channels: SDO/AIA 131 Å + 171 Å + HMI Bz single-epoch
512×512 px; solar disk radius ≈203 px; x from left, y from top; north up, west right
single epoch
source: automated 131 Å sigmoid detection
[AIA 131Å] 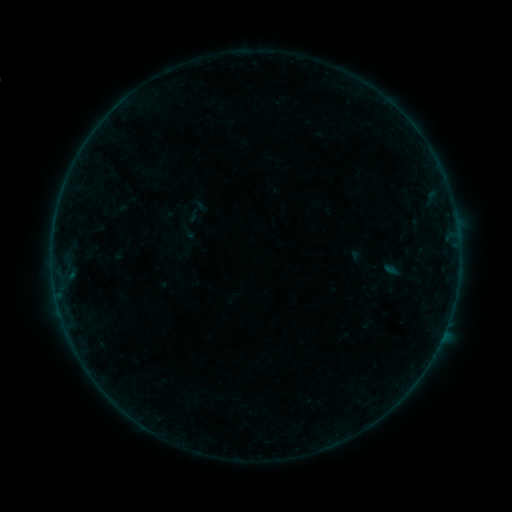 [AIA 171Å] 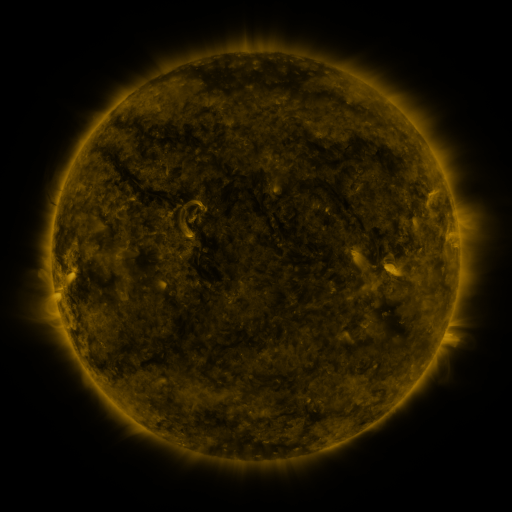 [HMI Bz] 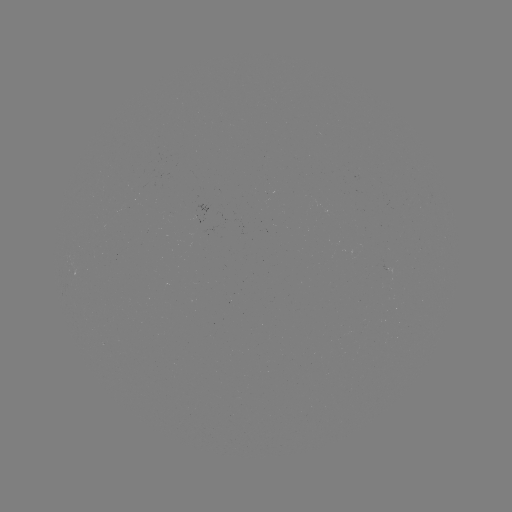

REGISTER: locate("sigmoid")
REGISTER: [187, 230]